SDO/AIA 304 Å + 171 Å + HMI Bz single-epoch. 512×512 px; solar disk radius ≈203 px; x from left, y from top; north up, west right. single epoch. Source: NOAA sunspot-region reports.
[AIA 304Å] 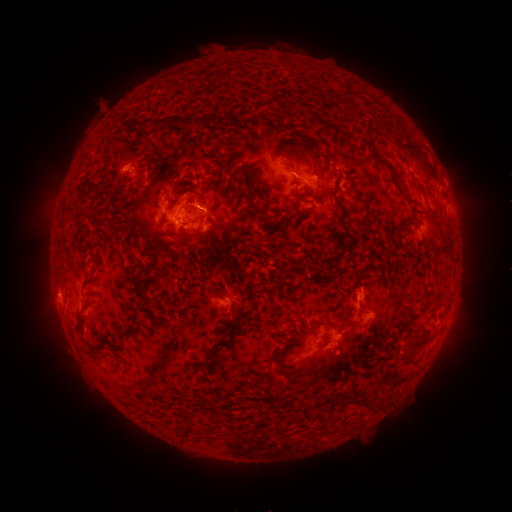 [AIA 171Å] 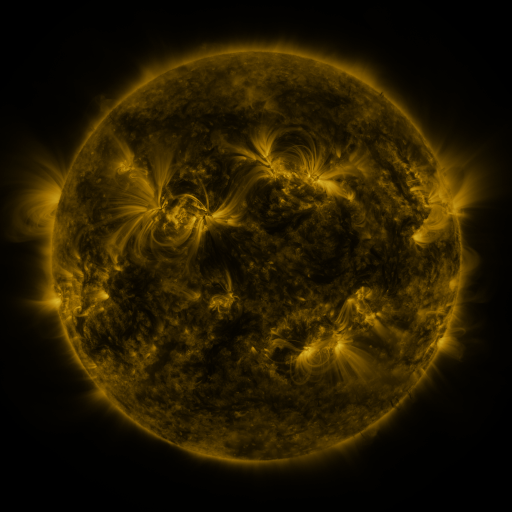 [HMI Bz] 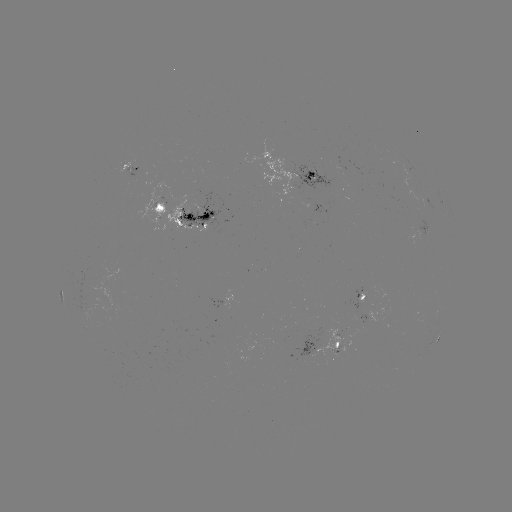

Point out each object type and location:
spotted active region: (137, 168)
spotted active region: (302, 175)
spotted active region: (442, 198)
spotted active region: (328, 209)
spotted active region: (193, 213)
spotted active region: (368, 299)
spotted active region: (370, 317)
spotted active region: (346, 339)
spotted active region: (439, 340)
